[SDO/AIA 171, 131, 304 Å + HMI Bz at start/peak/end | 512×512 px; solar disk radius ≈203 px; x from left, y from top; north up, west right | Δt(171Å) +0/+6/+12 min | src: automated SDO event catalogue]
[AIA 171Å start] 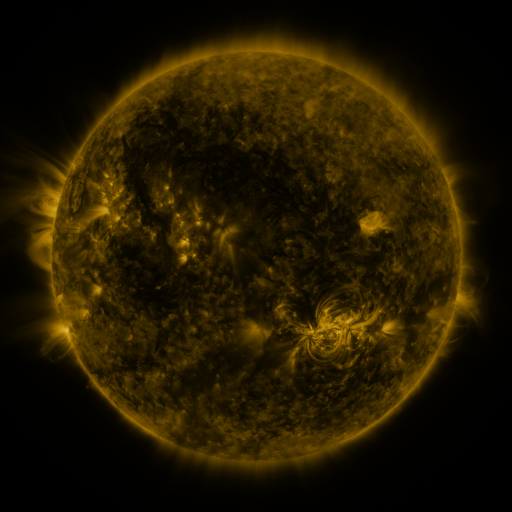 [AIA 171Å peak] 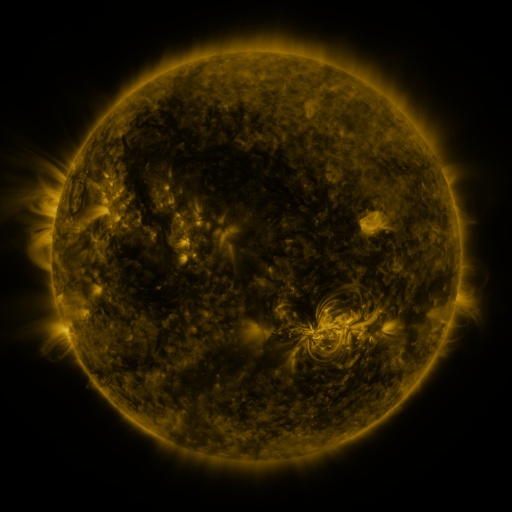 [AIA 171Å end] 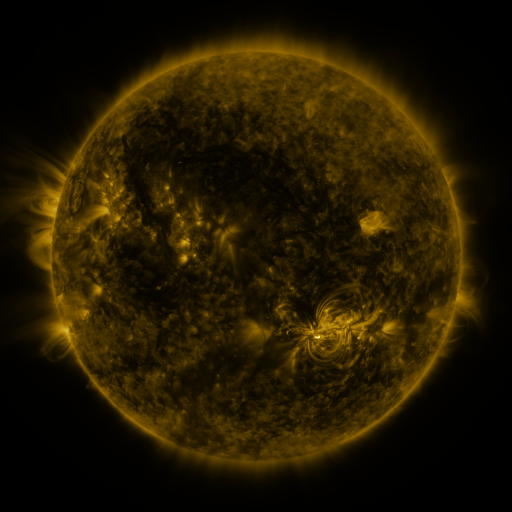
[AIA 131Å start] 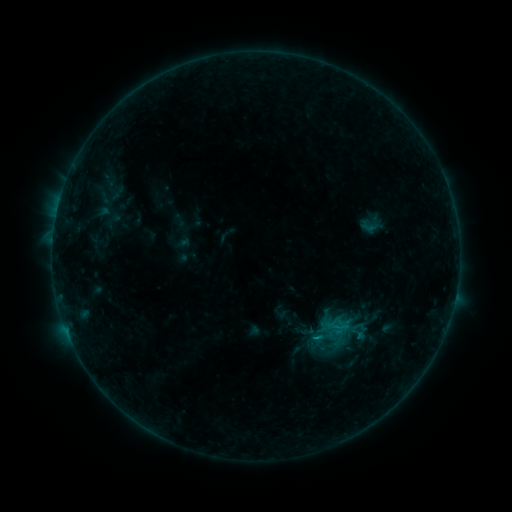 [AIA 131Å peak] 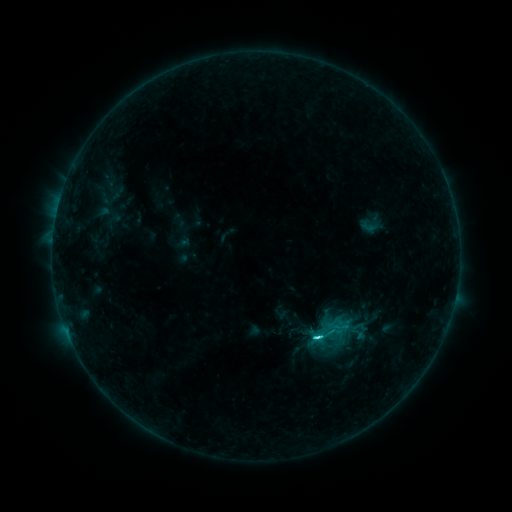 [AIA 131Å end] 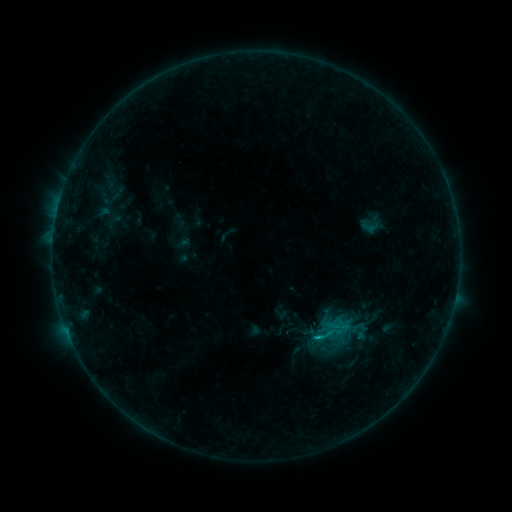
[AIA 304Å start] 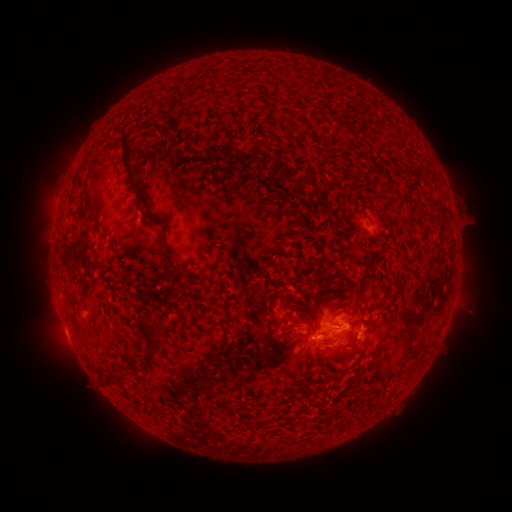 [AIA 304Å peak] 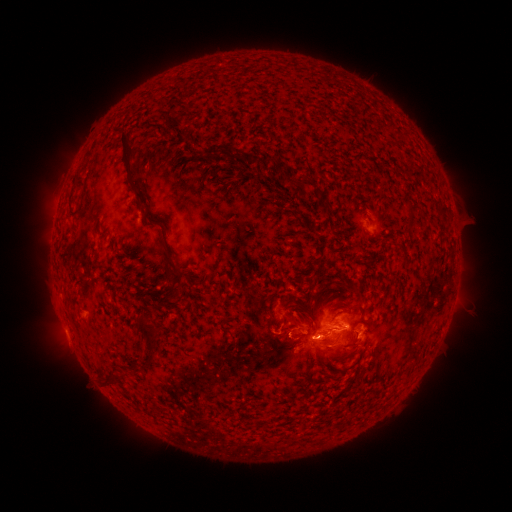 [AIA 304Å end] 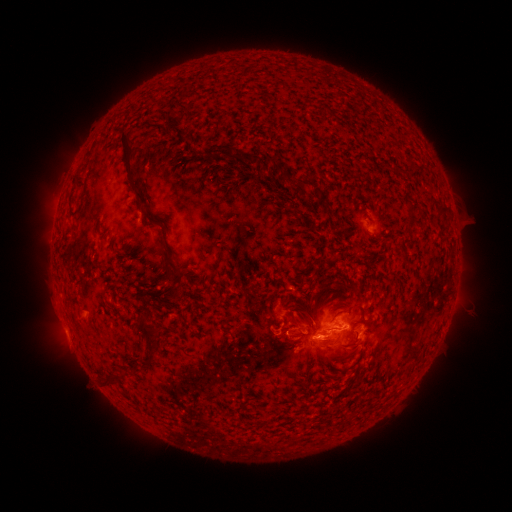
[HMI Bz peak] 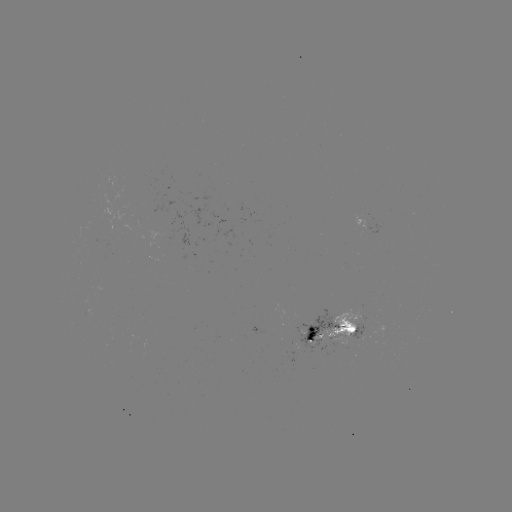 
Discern C2.3 flare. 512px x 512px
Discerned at (316, 337).